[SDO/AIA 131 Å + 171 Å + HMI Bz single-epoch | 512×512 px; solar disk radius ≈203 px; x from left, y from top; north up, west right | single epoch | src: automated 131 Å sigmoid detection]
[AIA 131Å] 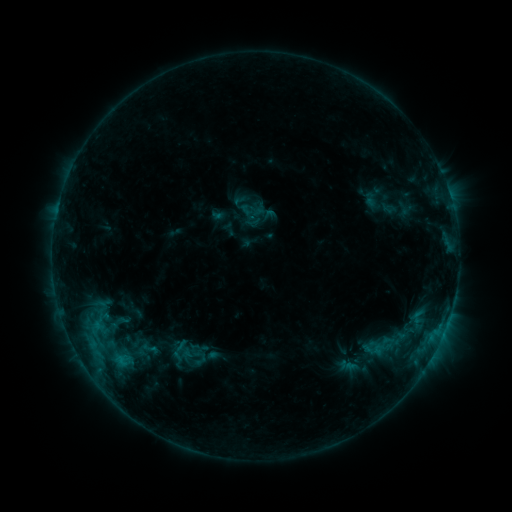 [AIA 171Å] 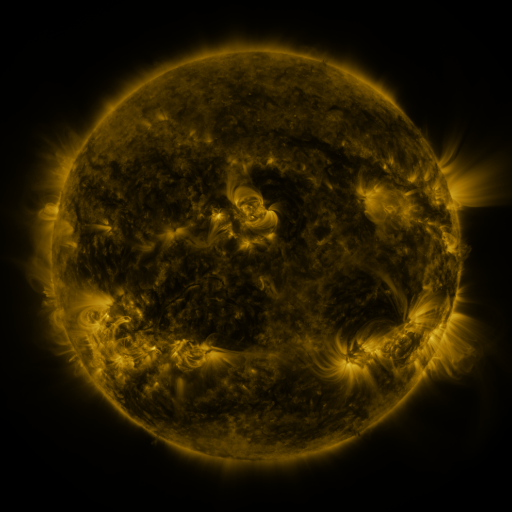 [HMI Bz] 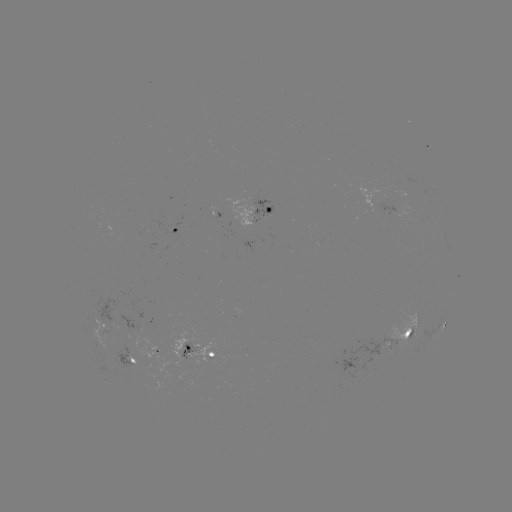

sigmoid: <bbox>134, 336, 165, 360</bbox>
